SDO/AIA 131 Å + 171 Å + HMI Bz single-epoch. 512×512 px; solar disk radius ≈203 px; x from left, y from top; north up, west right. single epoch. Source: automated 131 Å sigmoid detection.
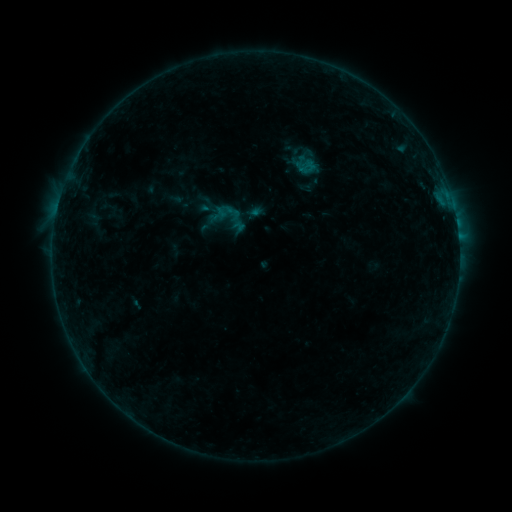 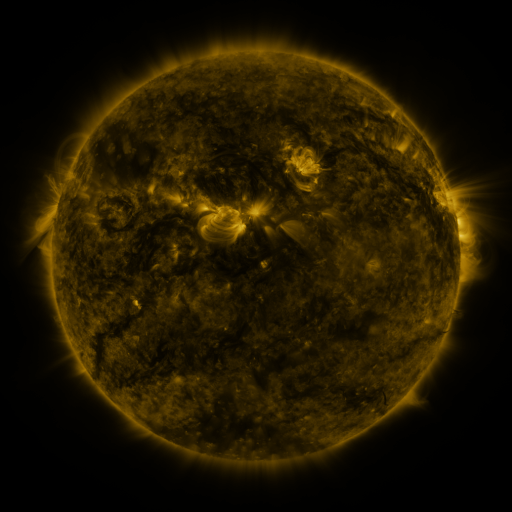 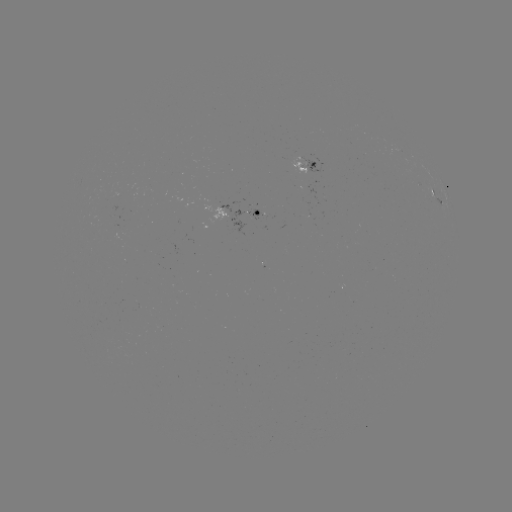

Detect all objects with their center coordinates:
sigmoid: (232, 212)
